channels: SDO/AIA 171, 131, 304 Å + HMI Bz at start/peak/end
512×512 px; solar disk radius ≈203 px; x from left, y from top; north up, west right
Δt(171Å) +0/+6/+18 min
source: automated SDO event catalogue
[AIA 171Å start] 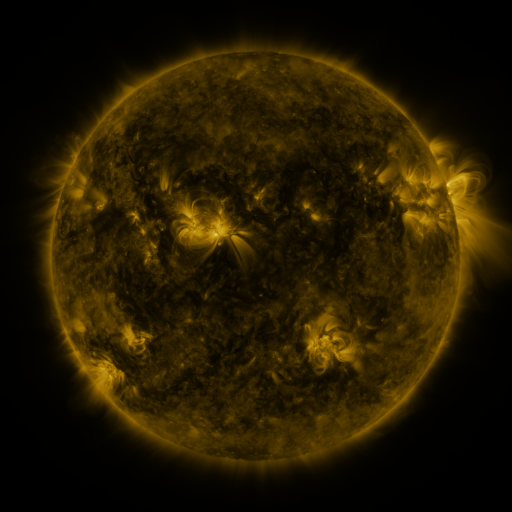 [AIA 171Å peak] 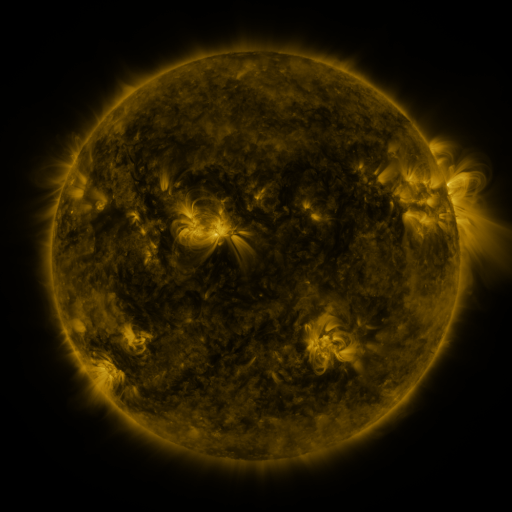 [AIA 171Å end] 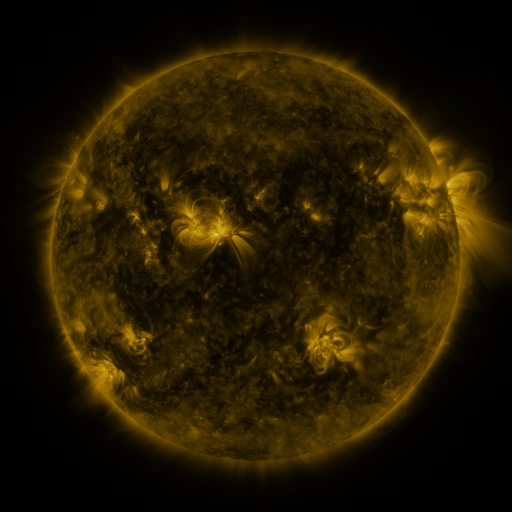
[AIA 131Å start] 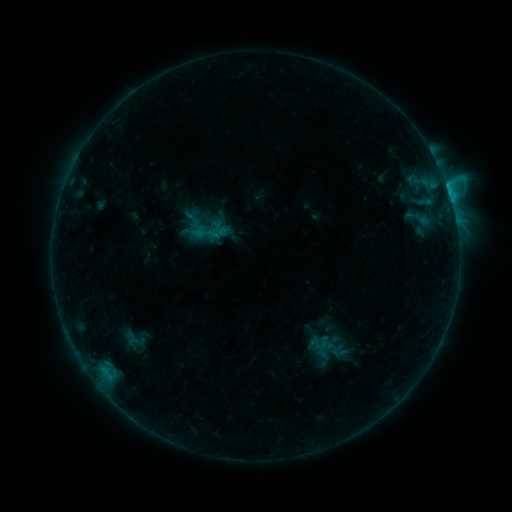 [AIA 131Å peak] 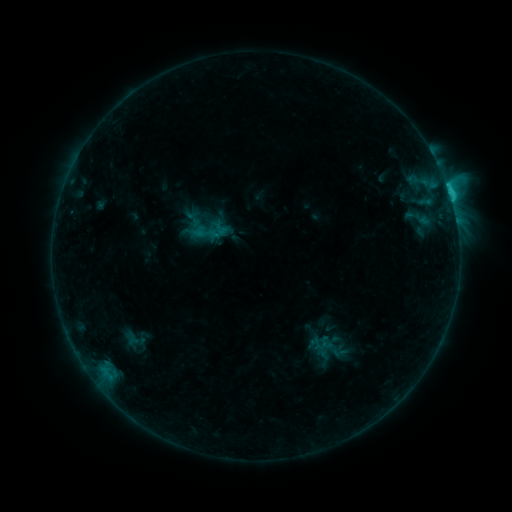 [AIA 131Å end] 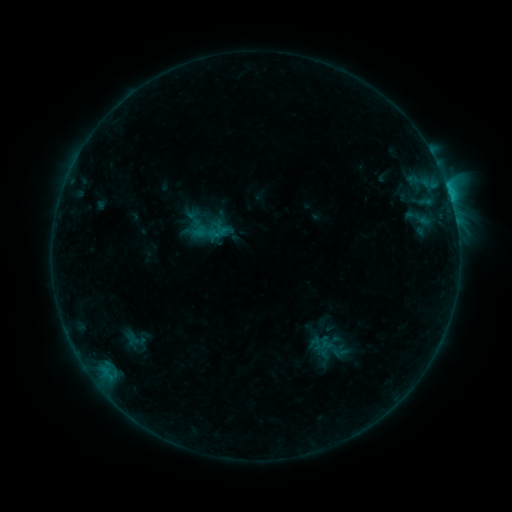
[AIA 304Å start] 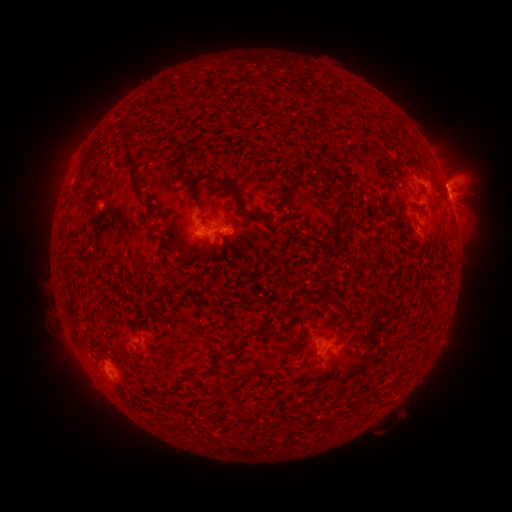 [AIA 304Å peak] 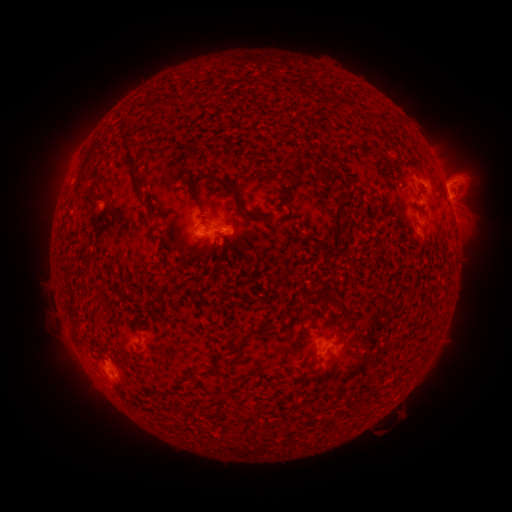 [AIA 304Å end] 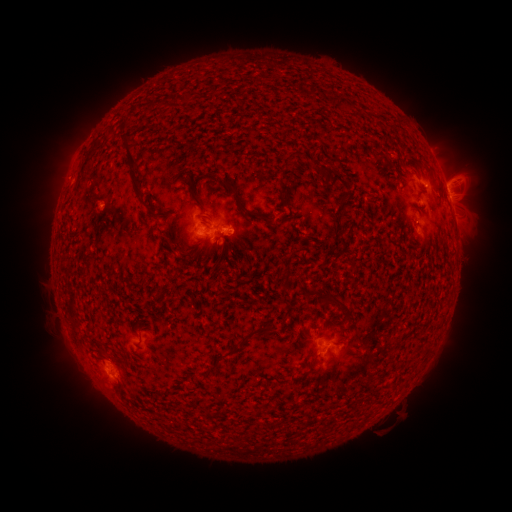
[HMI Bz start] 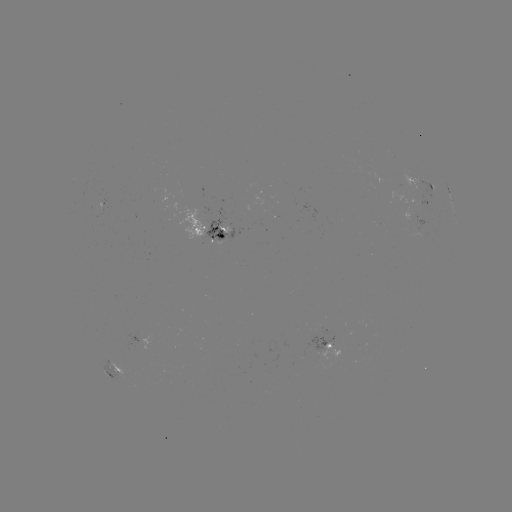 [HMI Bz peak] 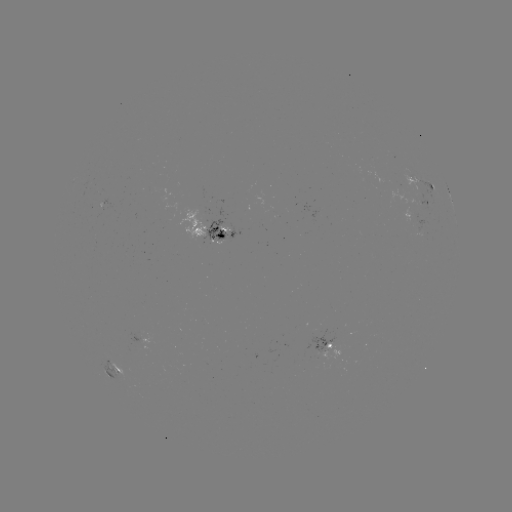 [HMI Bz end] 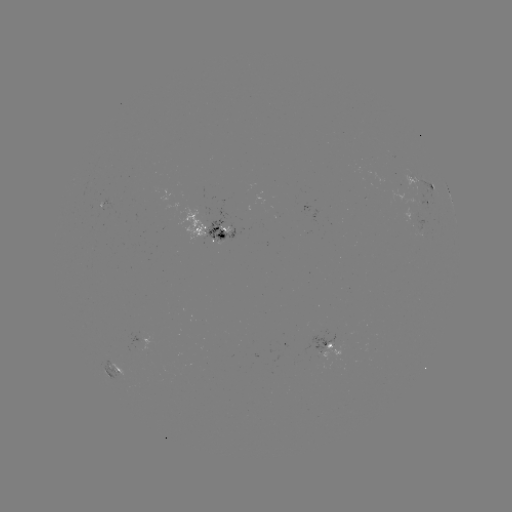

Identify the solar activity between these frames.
C1.4 flare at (450, 198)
